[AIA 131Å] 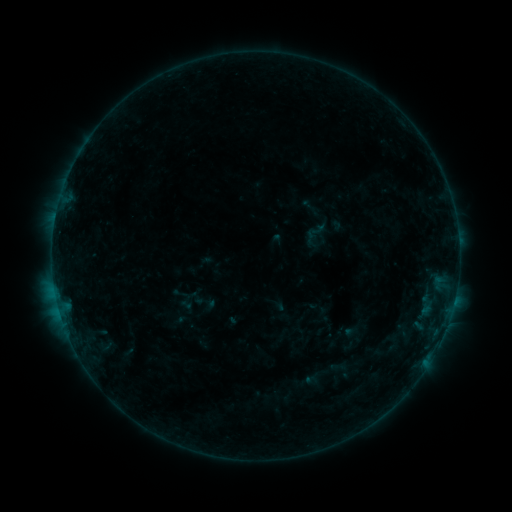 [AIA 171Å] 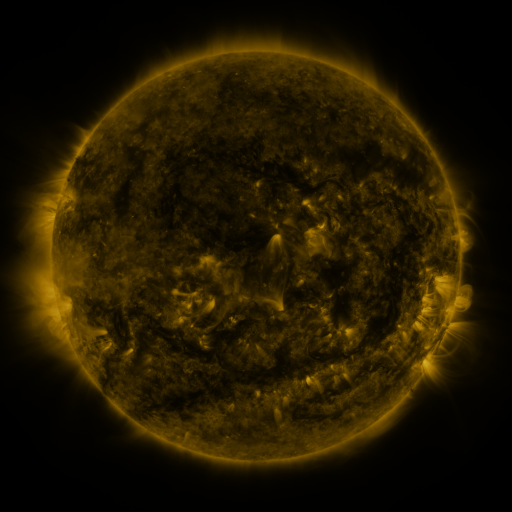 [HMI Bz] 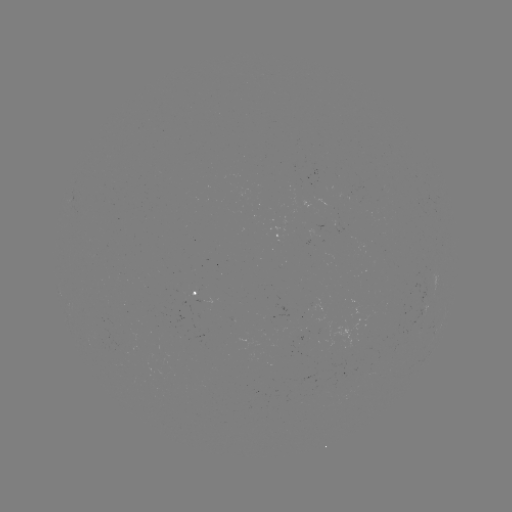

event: sigmoid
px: (316, 231)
